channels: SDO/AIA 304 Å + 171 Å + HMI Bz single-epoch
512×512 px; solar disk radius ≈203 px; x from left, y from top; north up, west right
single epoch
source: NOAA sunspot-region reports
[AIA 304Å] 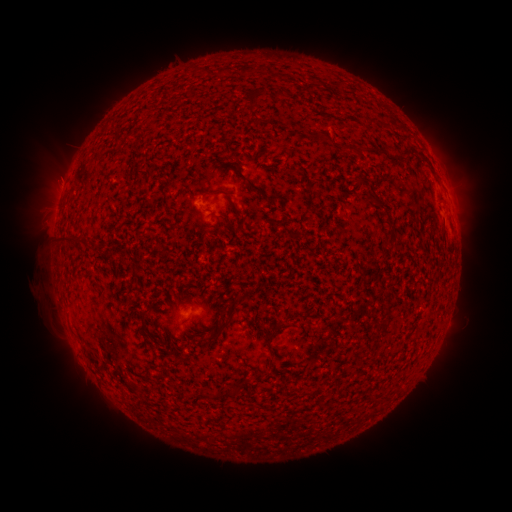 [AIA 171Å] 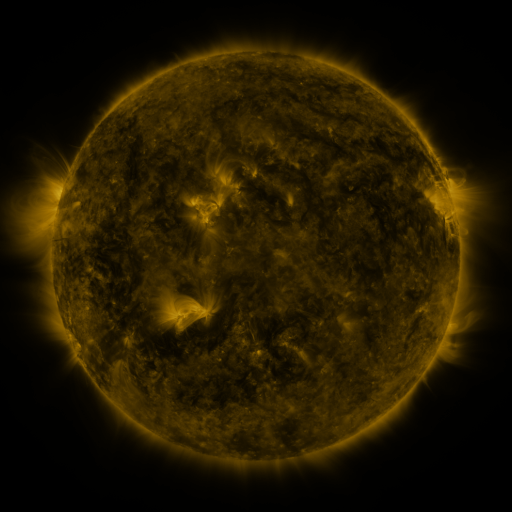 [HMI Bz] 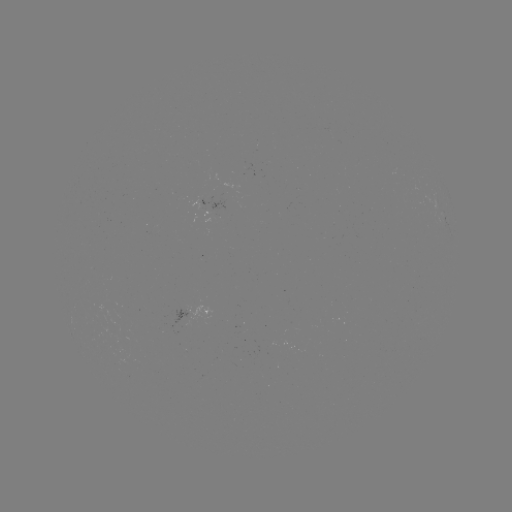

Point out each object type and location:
spotted active region: (195, 311)
